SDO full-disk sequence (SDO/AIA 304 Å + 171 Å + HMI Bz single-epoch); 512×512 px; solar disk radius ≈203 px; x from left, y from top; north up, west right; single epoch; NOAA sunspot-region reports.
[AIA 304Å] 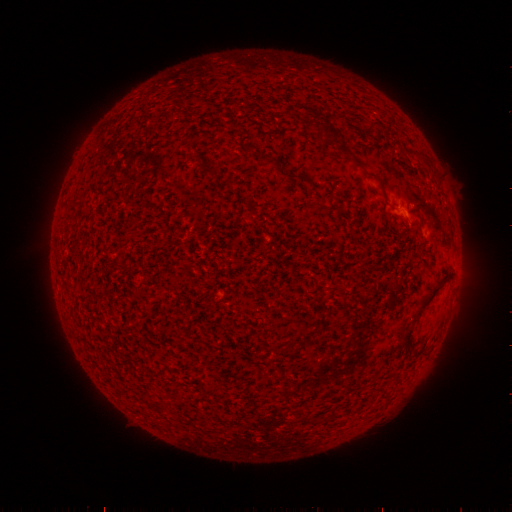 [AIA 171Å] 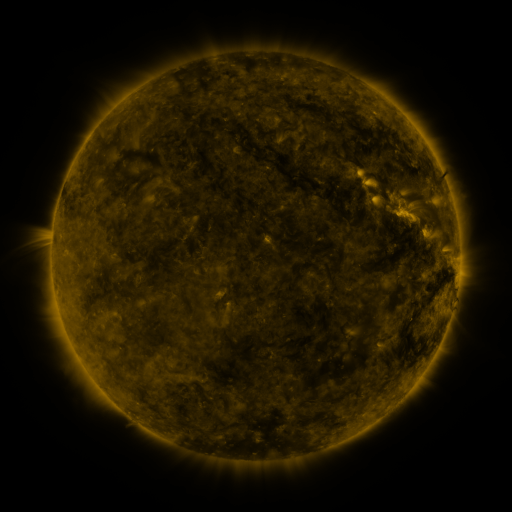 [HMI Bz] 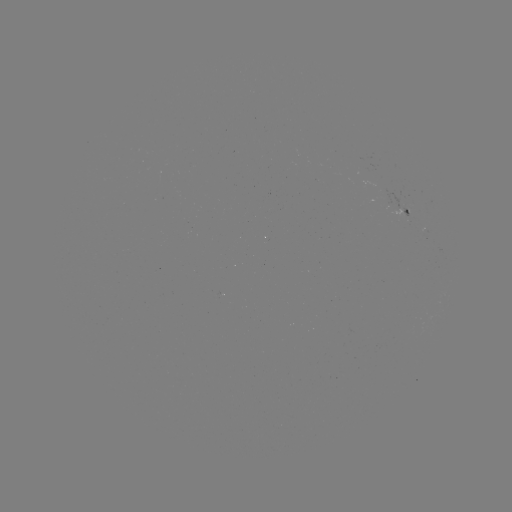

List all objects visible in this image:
(none)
